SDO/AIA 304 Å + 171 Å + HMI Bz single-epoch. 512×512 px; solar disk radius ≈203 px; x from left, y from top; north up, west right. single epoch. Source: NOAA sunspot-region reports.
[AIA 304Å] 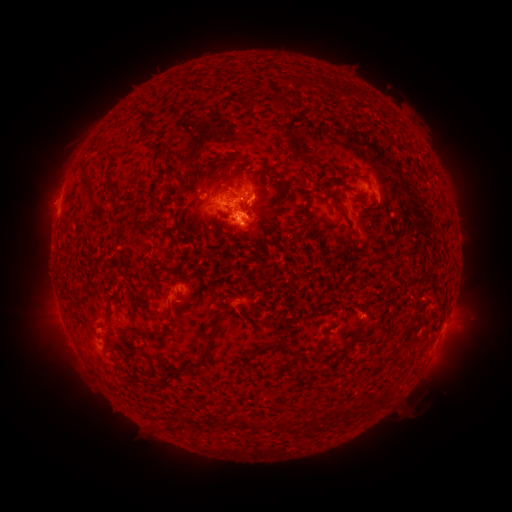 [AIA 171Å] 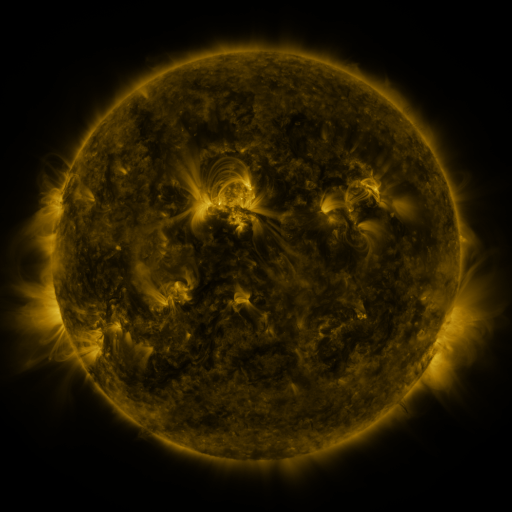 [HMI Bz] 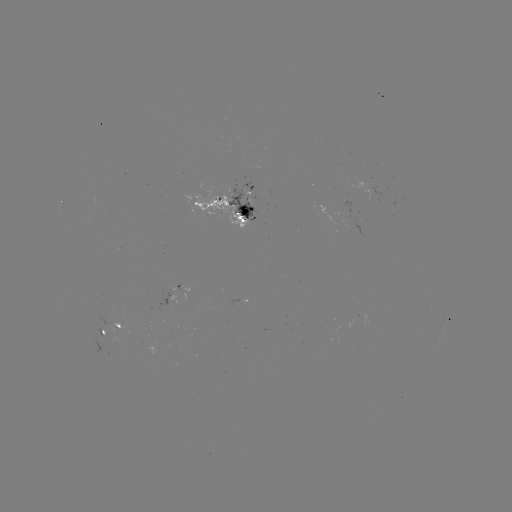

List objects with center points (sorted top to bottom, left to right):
spotted active region: (228, 203)
spotted active region: (117, 325)
spotted active region: (103, 332)
spotted active region: (444, 332)
